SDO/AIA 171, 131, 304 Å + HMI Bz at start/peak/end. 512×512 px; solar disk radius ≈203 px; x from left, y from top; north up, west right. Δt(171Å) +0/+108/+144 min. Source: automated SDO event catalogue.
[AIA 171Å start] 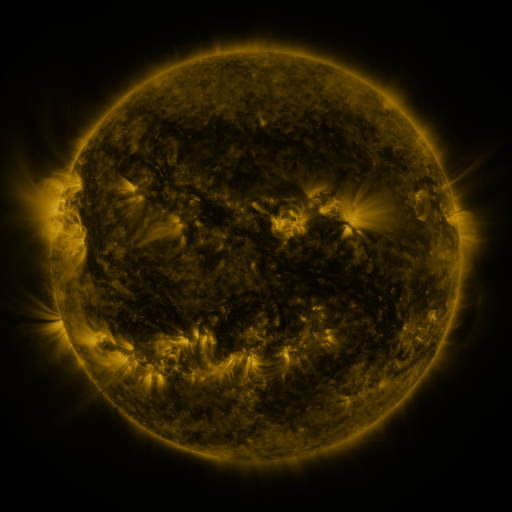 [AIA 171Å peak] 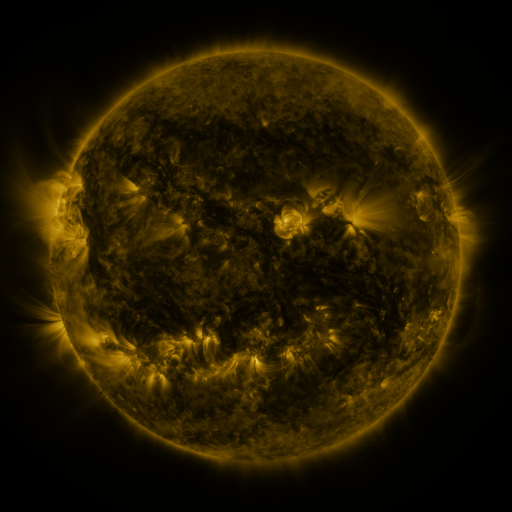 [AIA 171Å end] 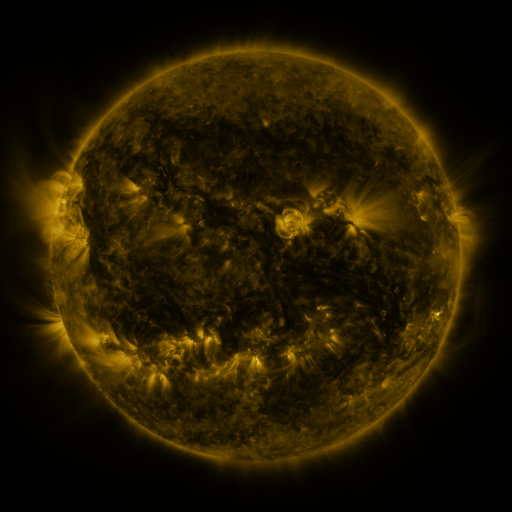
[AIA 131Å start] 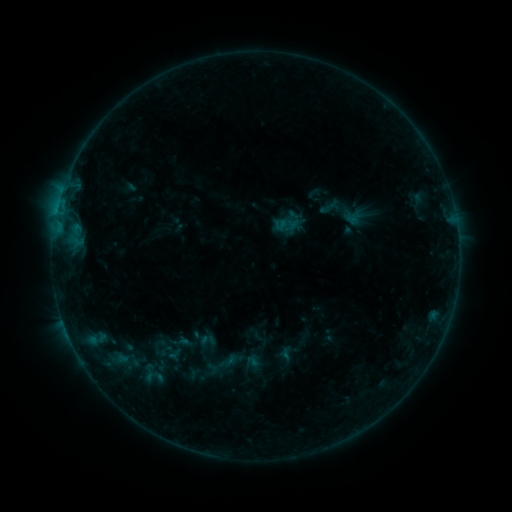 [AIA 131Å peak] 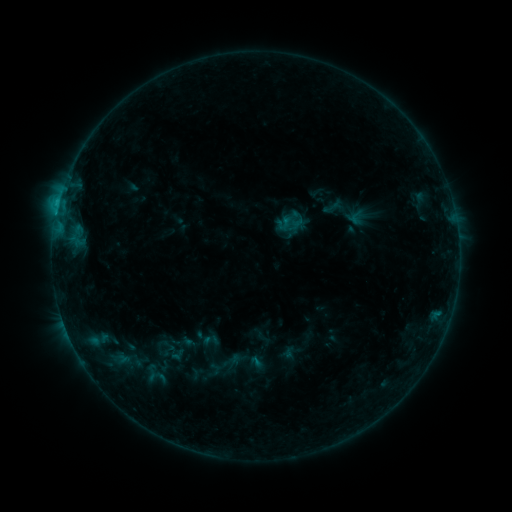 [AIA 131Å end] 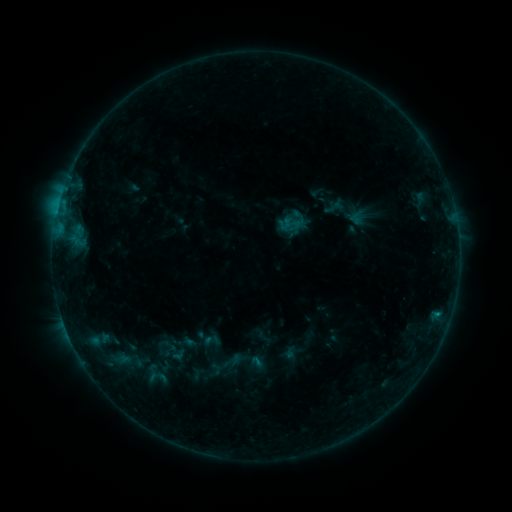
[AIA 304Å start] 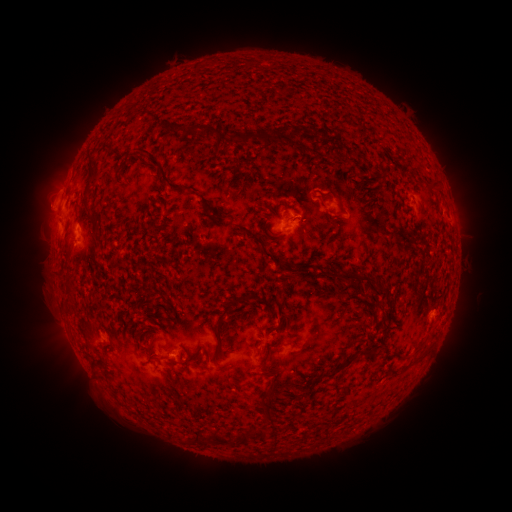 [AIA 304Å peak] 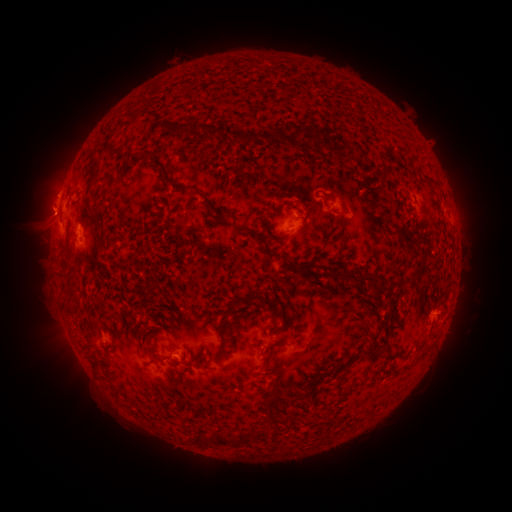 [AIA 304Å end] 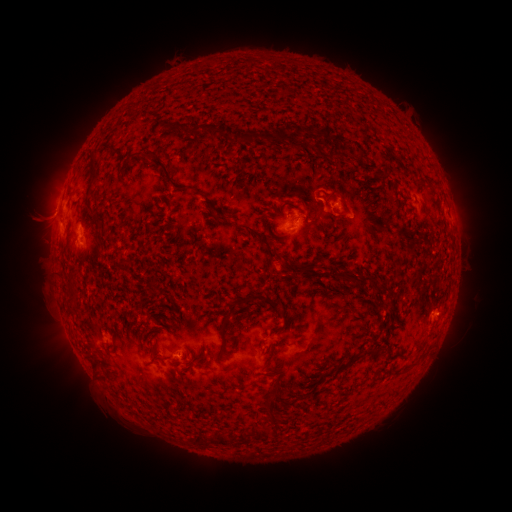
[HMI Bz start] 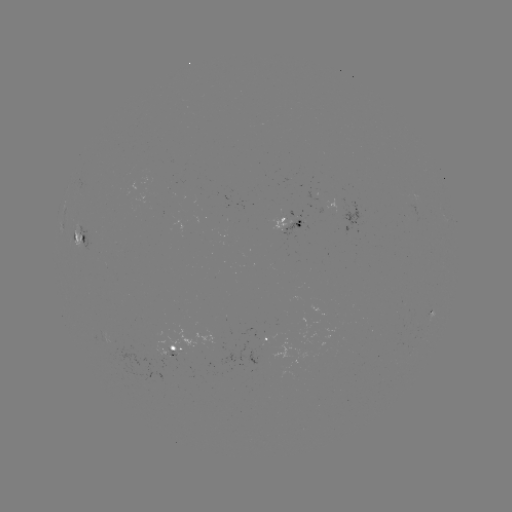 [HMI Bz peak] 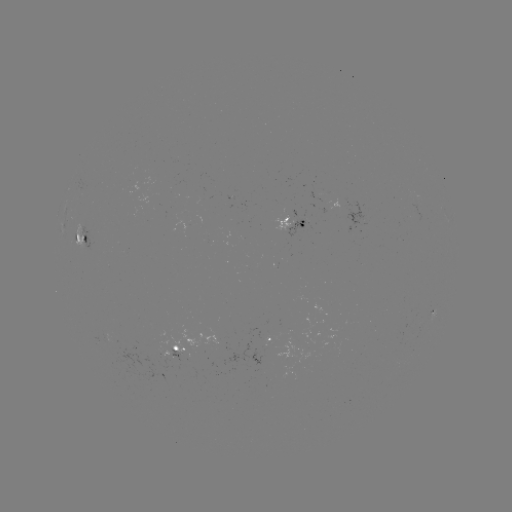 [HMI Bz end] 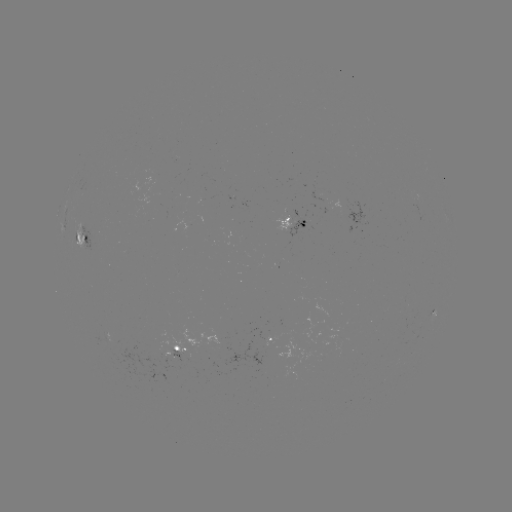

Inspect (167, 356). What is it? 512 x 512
emerging-flux region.